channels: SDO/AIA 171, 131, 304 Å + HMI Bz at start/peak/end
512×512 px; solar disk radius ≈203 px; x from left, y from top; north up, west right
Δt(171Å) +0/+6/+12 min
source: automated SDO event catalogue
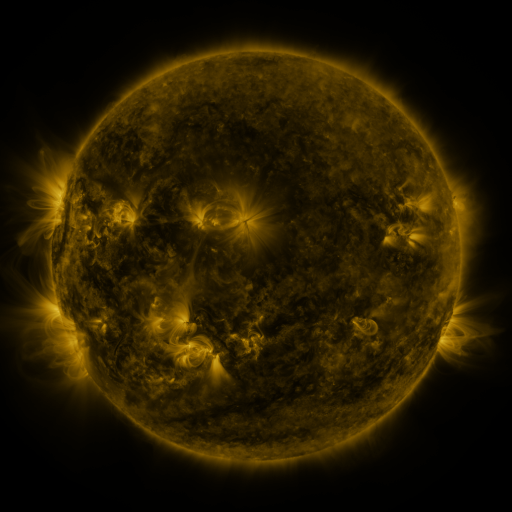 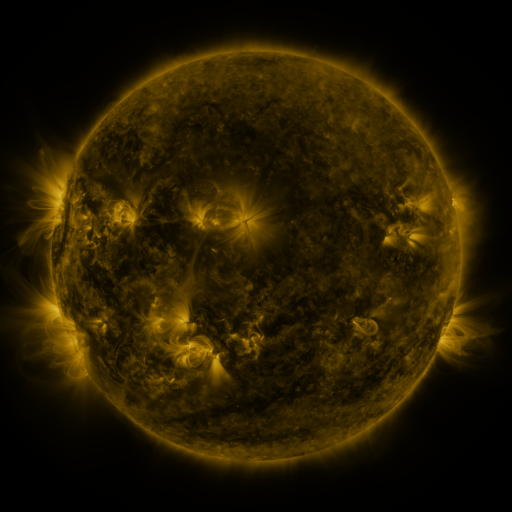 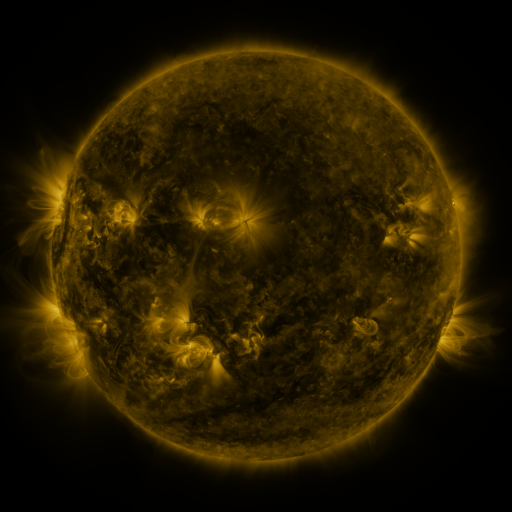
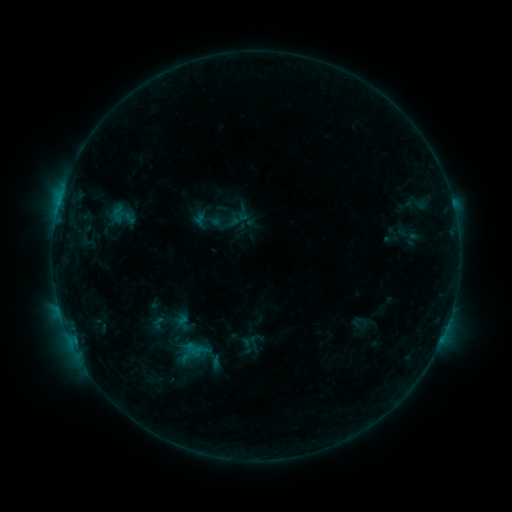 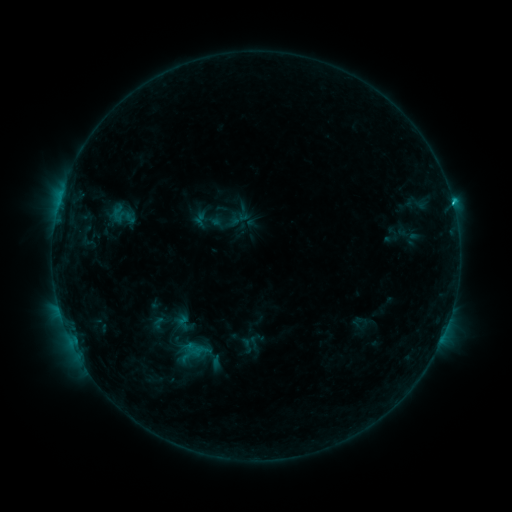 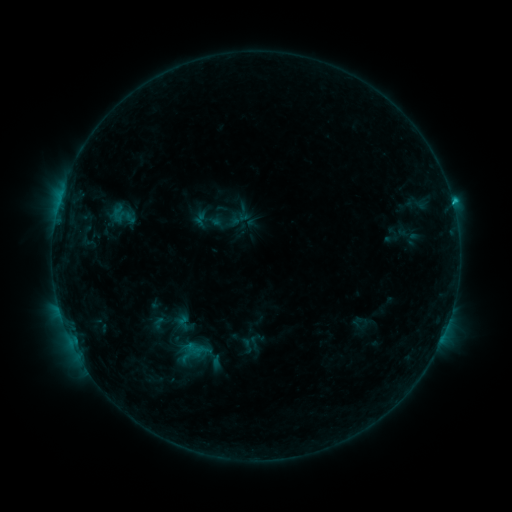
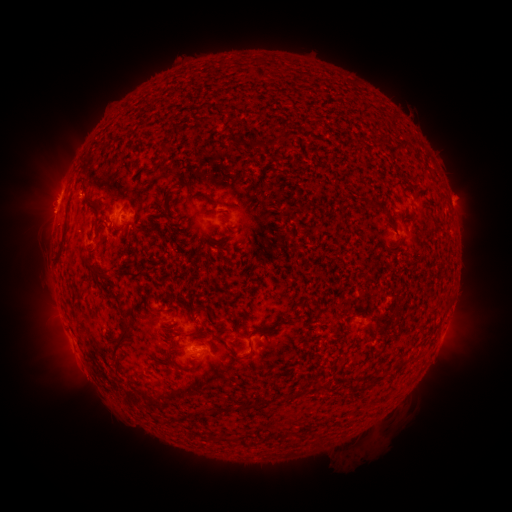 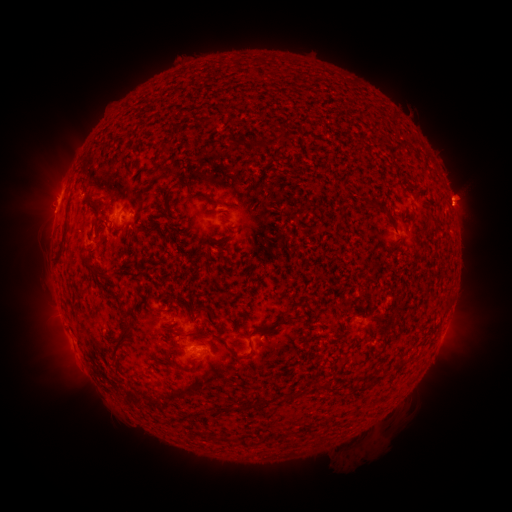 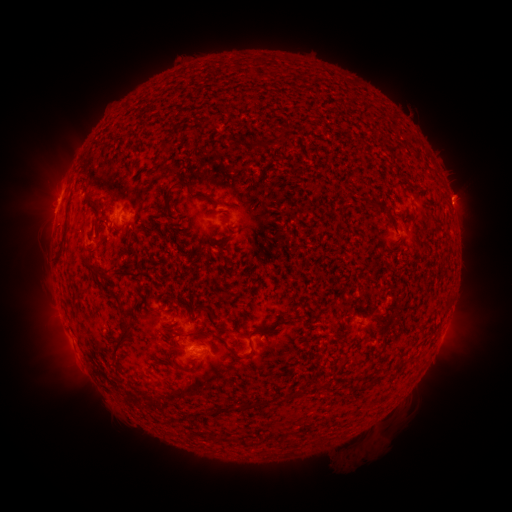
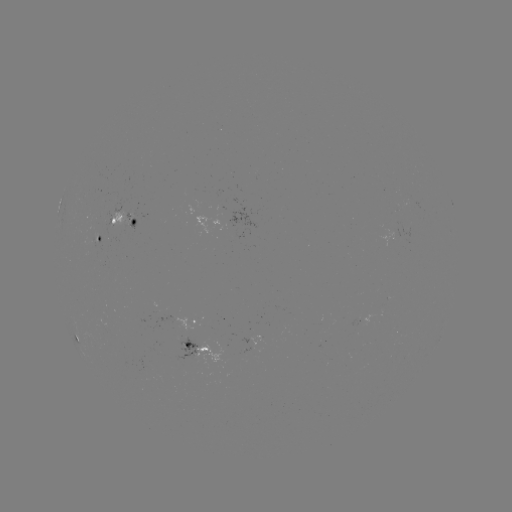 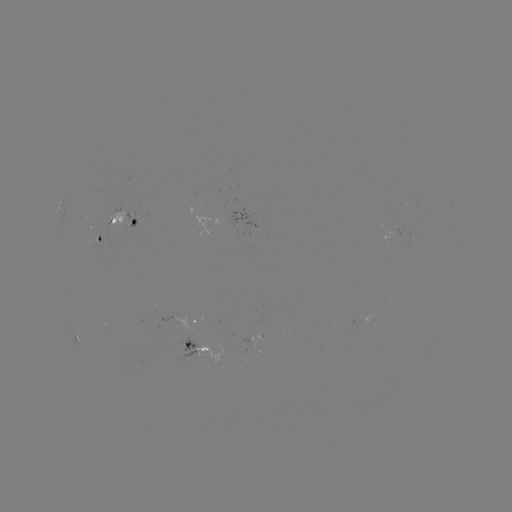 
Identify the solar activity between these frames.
C1.2 flare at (452, 203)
